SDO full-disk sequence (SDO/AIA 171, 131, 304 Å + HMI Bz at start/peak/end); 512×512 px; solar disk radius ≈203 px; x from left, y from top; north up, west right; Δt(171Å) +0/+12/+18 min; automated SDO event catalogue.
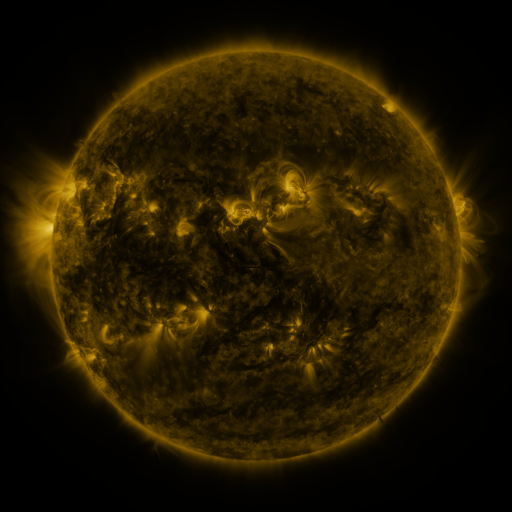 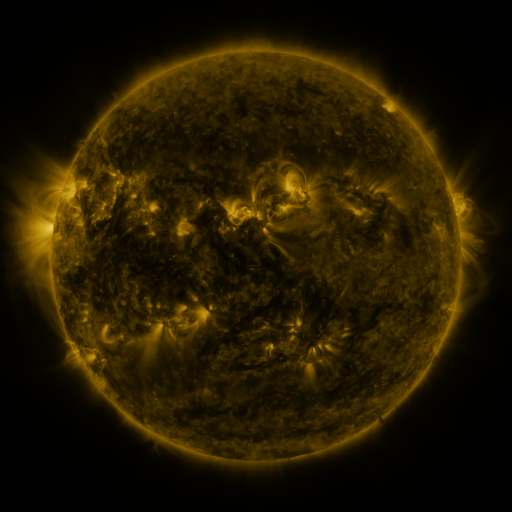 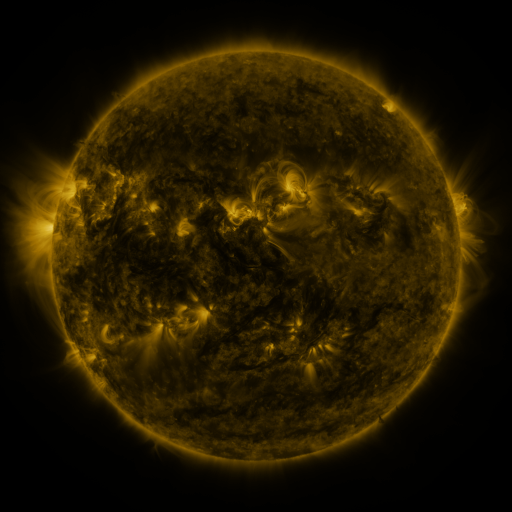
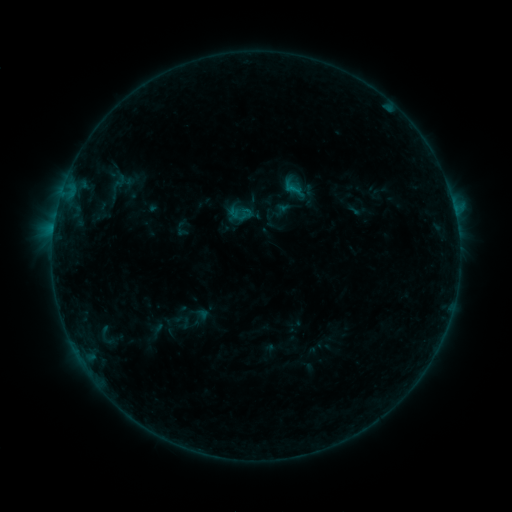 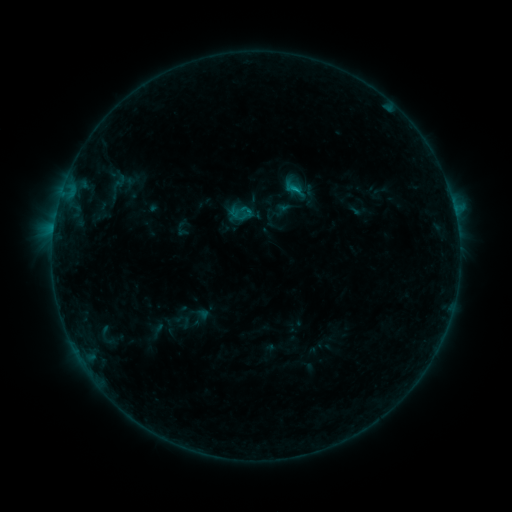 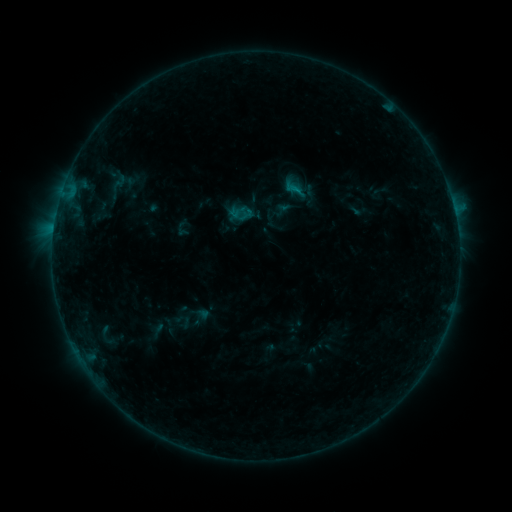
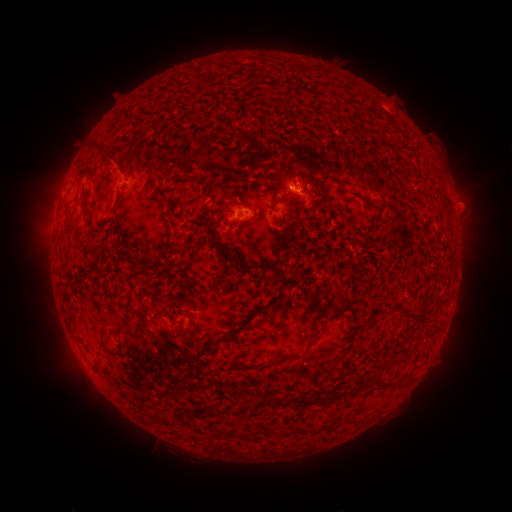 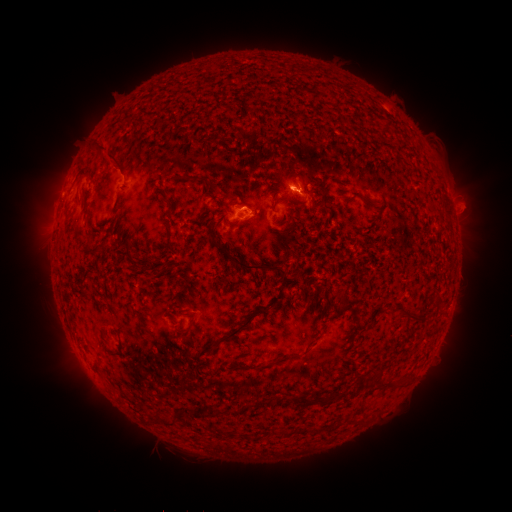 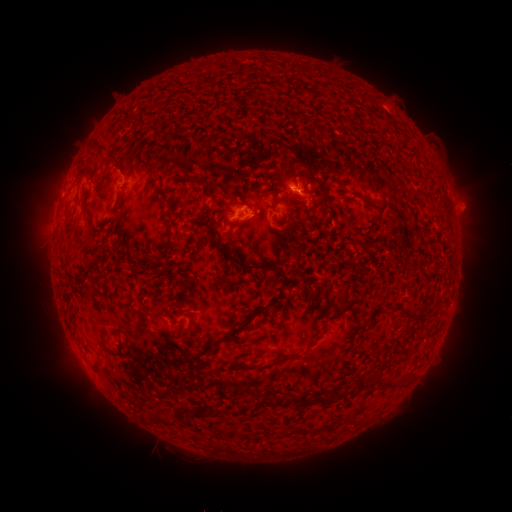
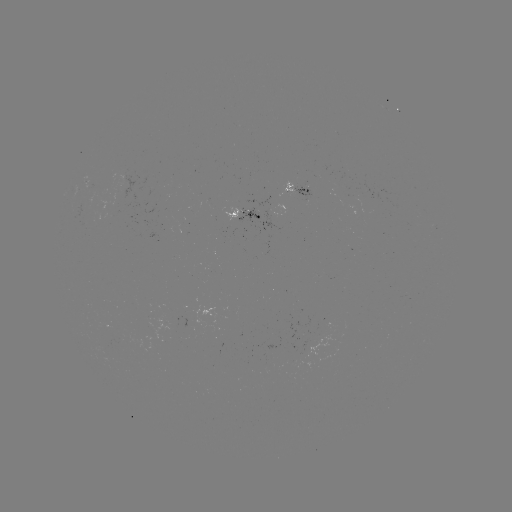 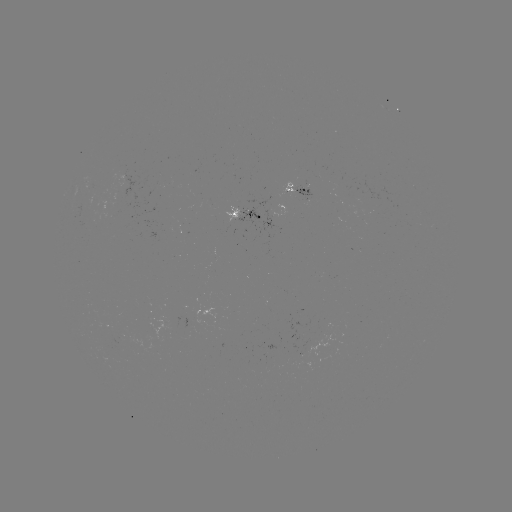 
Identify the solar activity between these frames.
B5.6 flare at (293, 191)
